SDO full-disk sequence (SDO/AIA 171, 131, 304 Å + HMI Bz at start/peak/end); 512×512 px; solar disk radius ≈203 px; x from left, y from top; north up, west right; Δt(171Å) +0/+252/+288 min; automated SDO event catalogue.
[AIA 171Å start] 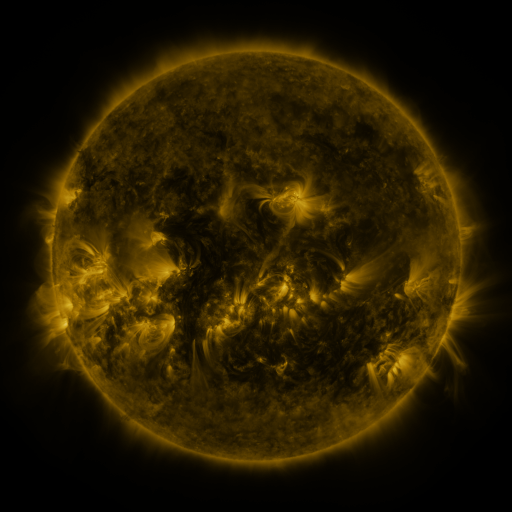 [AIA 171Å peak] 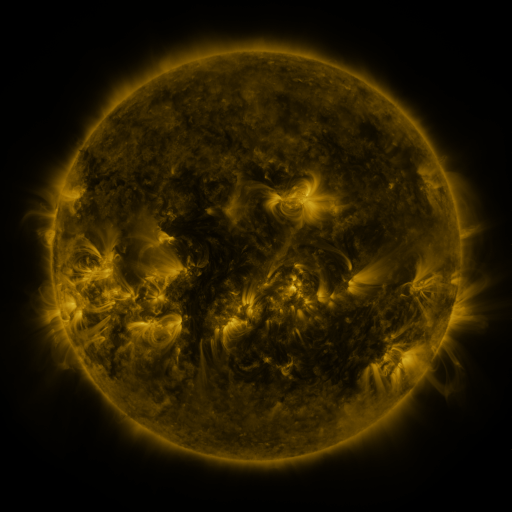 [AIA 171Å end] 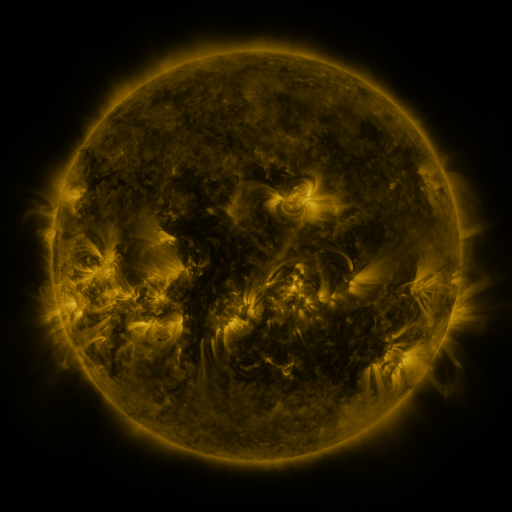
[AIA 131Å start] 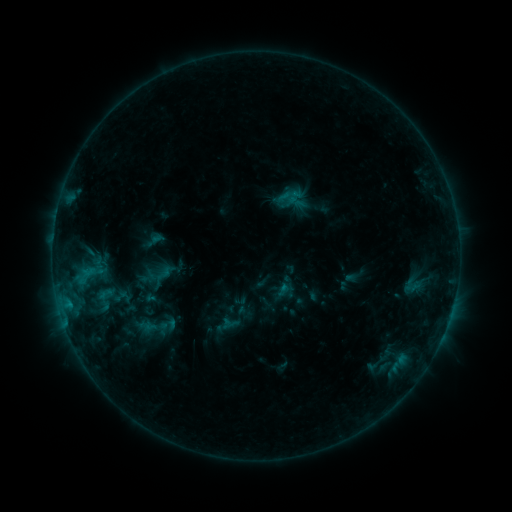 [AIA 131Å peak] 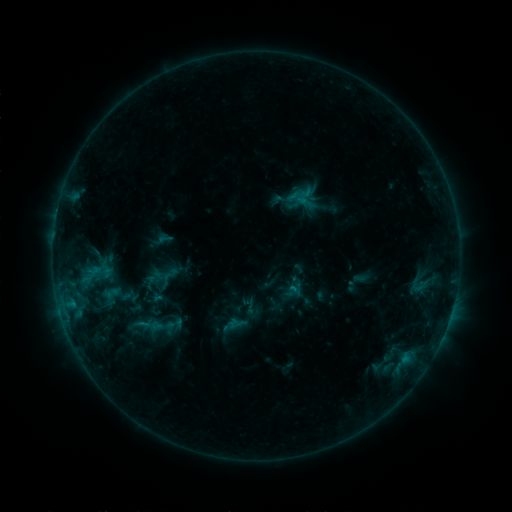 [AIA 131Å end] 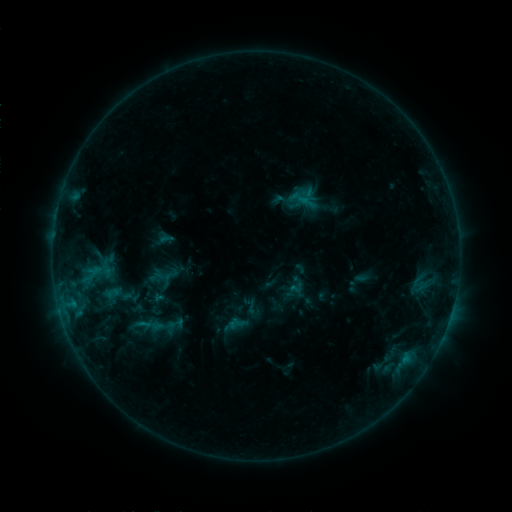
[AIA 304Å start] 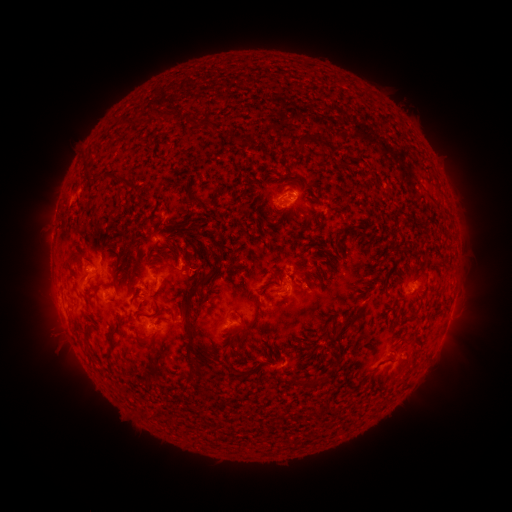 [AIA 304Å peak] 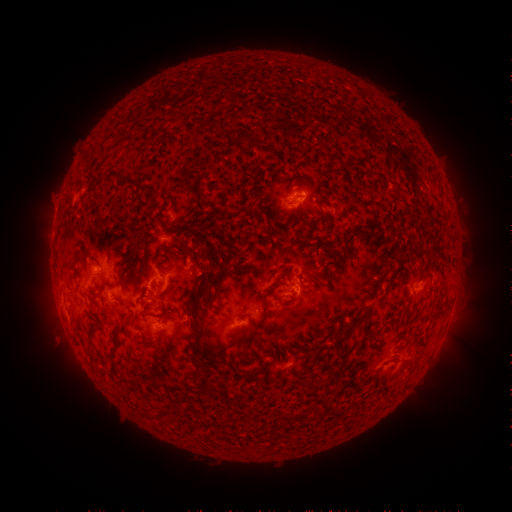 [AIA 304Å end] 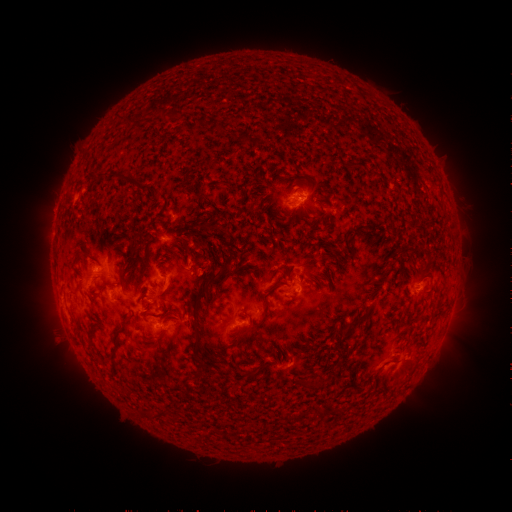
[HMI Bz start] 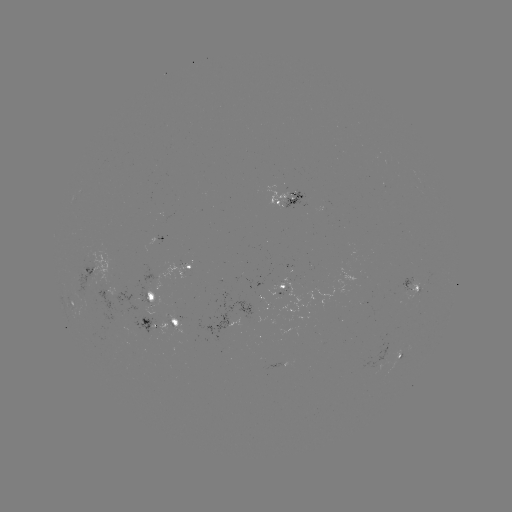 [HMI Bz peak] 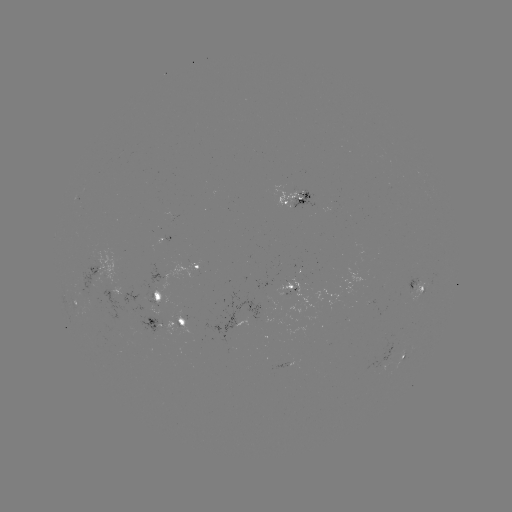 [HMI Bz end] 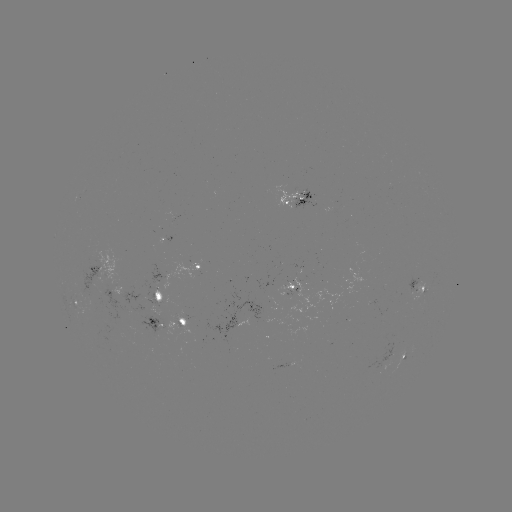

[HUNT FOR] emerging-flux region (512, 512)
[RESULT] (302, 197)